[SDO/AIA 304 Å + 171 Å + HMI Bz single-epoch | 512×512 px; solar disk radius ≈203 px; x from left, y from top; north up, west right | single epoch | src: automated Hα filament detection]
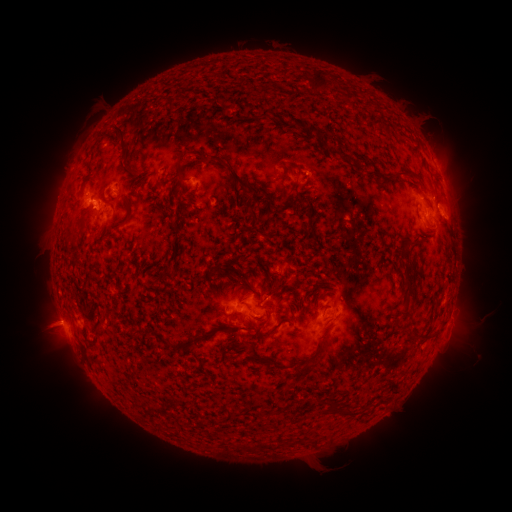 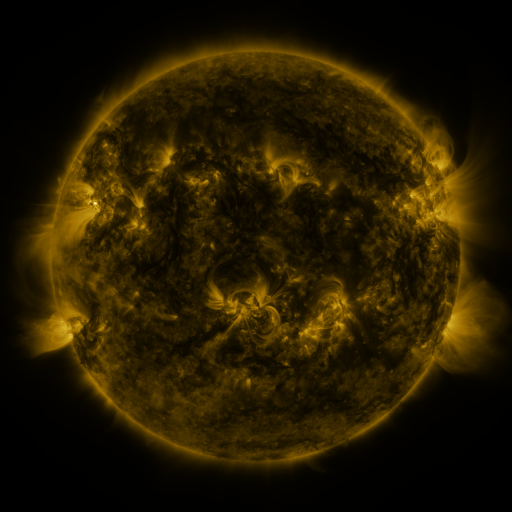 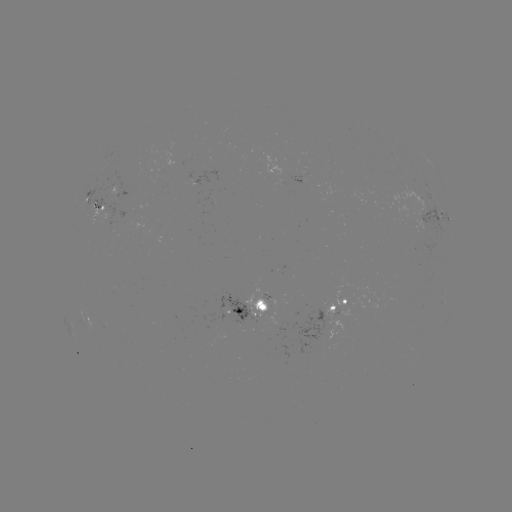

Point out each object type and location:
filament: (319, 81)
filament: (267, 113)
filament: (311, 130)
filament: (123, 138)
filament: (344, 157)
filament: (179, 172)
filament: (286, 173)
filament: (233, 174)
filament: (404, 175)
filament: (190, 202)
filament: (286, 208)
filament: (129, 214)
filament: (311, 225)
filament: (96, 238)
filament: (243, 281)
filament: (273, 288)
filament: (406, 291)
filament: (438, 305)
filament: (110, 310)
filament: (406, 314)
filament: (276, 327)
filament: (254, 329)
filament: (422, 338)
filament: (180, 346)
filament: (249, 347)
filament: (306, 369)
filament: (331, 409)
